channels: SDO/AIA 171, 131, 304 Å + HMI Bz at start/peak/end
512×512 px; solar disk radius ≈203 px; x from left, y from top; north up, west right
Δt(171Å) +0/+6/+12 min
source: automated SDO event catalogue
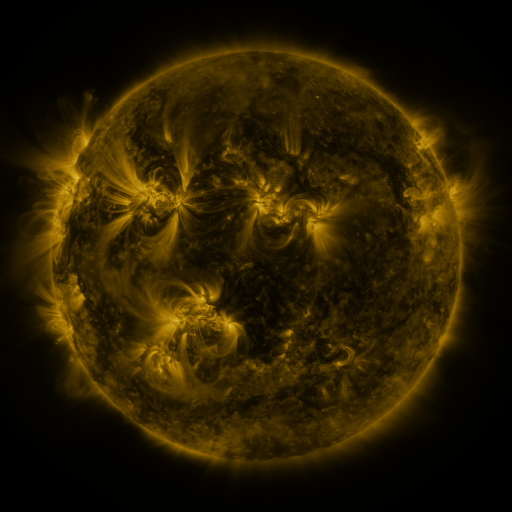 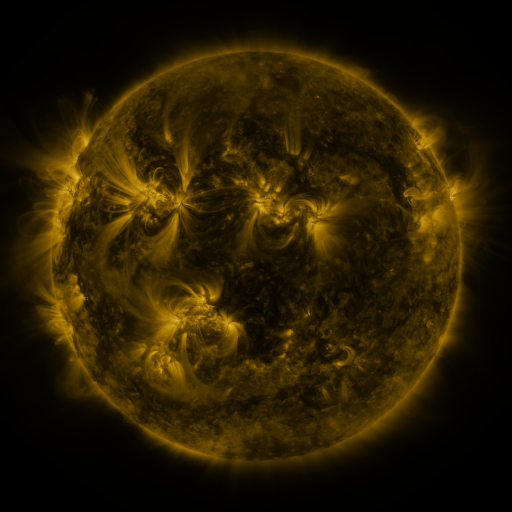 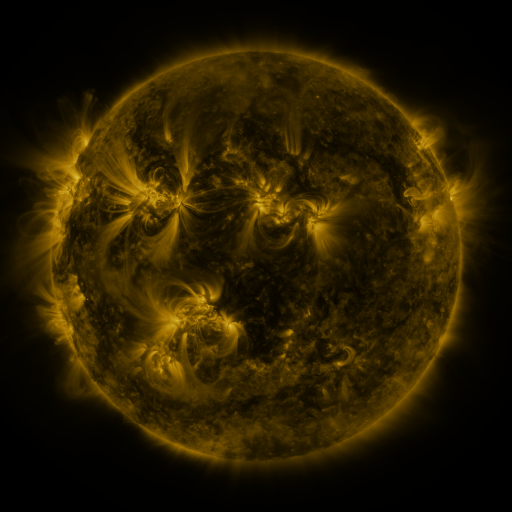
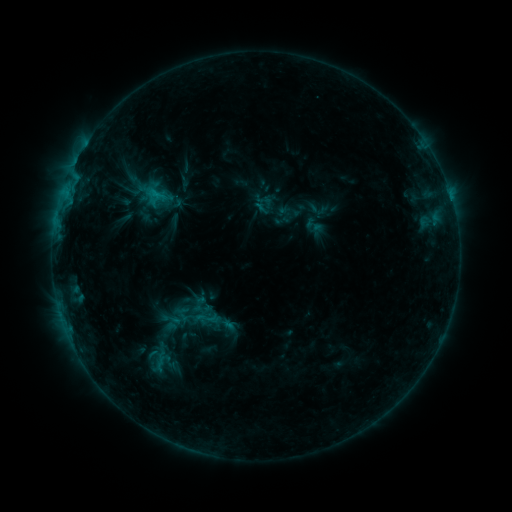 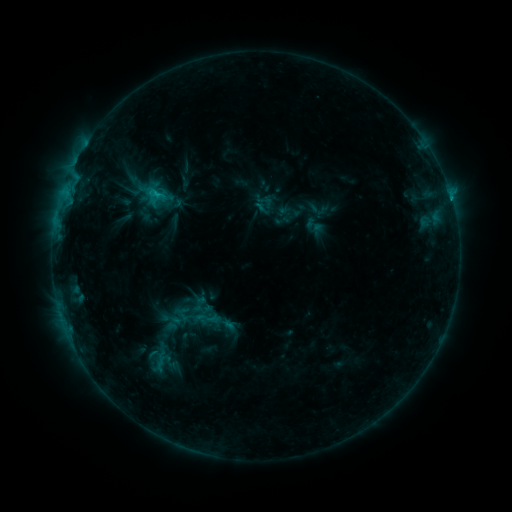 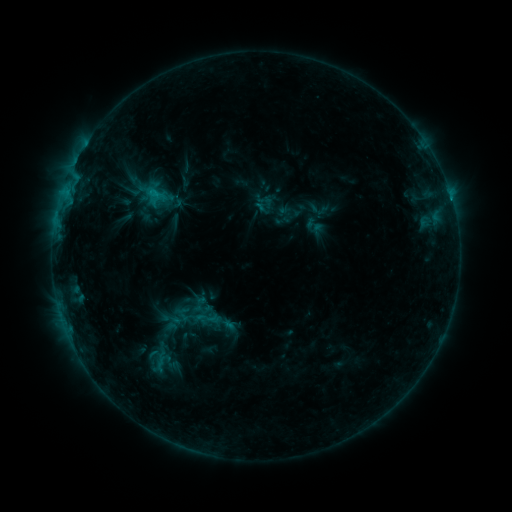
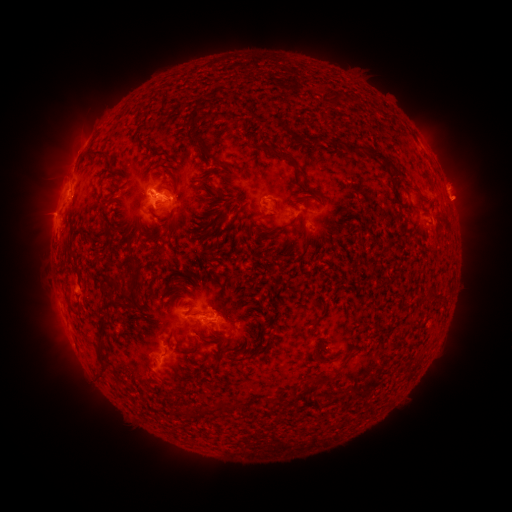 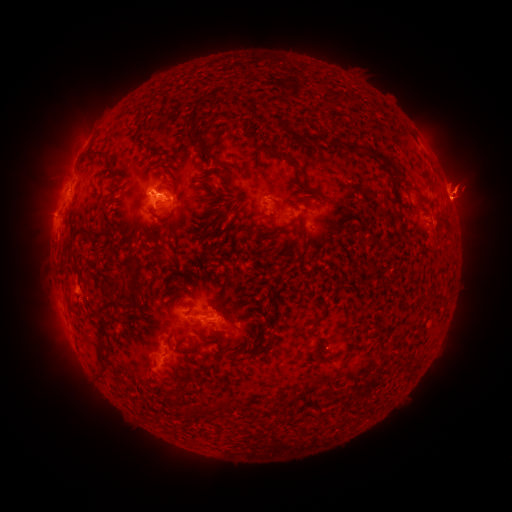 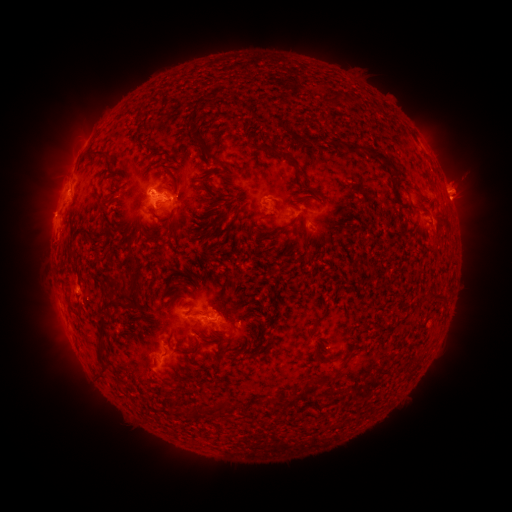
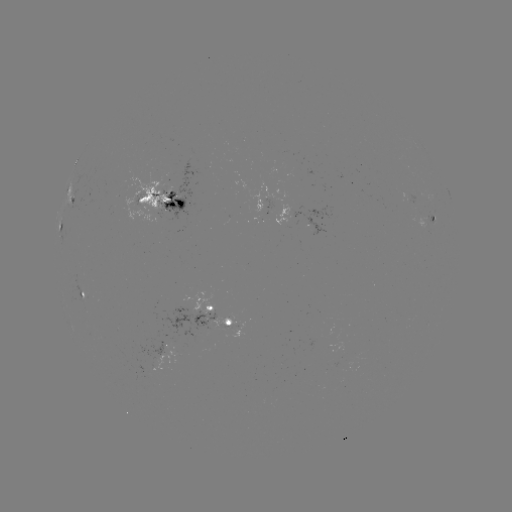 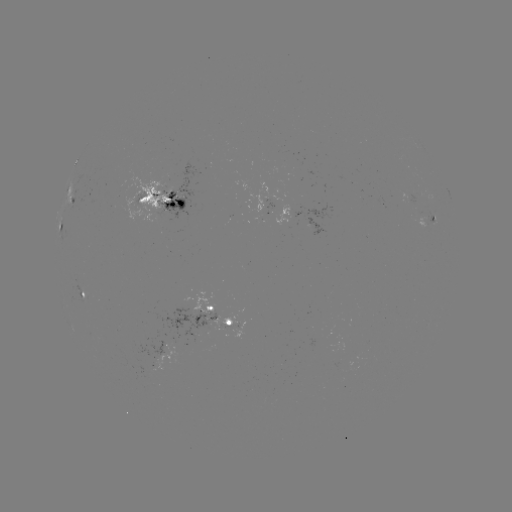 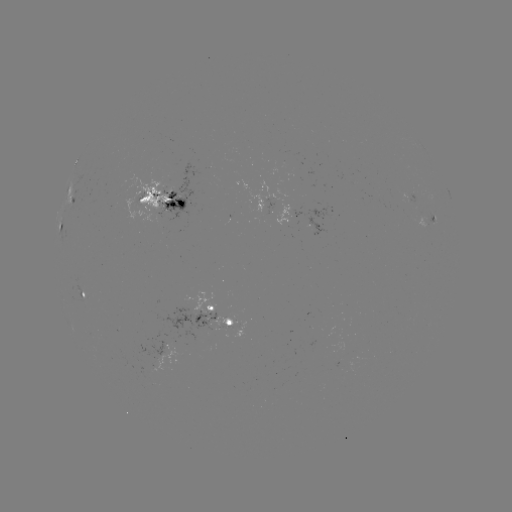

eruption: [435, 149, 501, 249]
